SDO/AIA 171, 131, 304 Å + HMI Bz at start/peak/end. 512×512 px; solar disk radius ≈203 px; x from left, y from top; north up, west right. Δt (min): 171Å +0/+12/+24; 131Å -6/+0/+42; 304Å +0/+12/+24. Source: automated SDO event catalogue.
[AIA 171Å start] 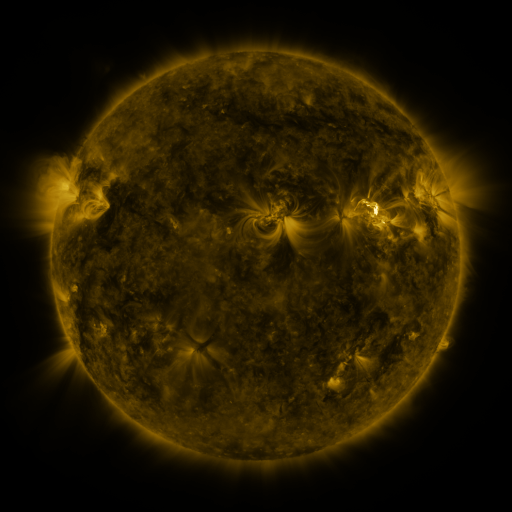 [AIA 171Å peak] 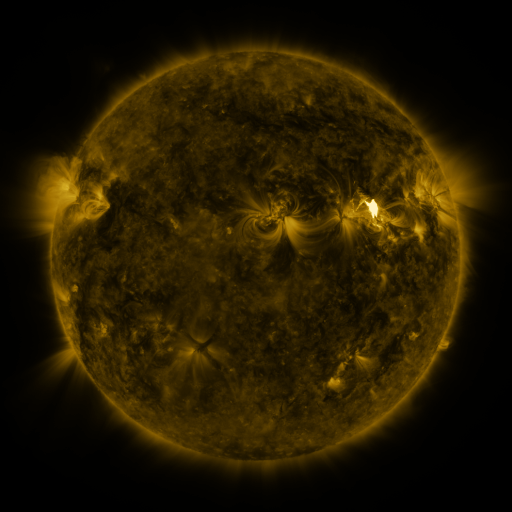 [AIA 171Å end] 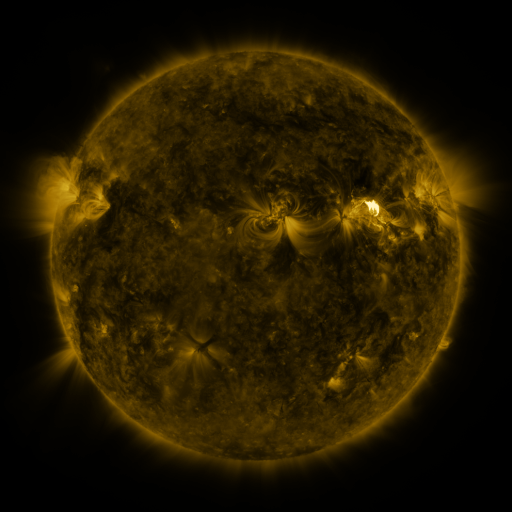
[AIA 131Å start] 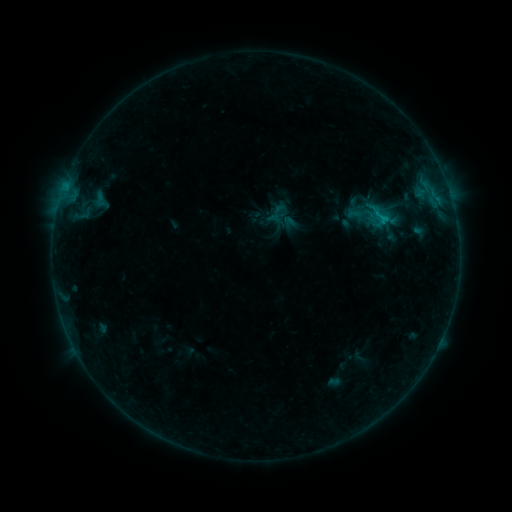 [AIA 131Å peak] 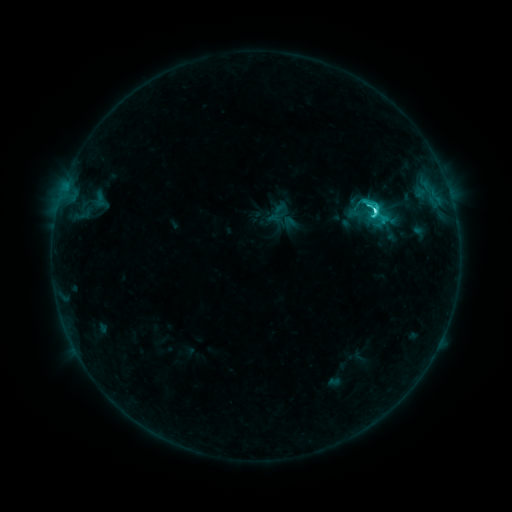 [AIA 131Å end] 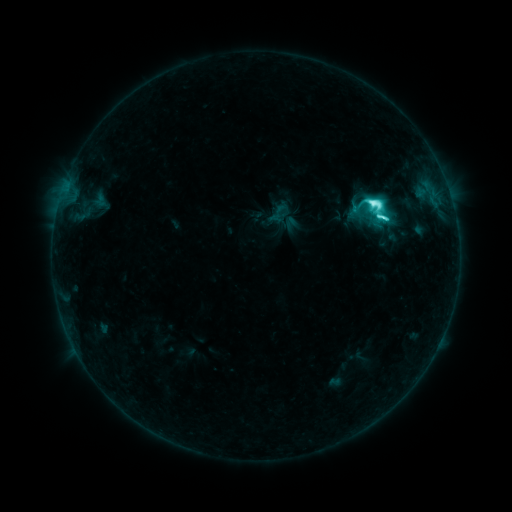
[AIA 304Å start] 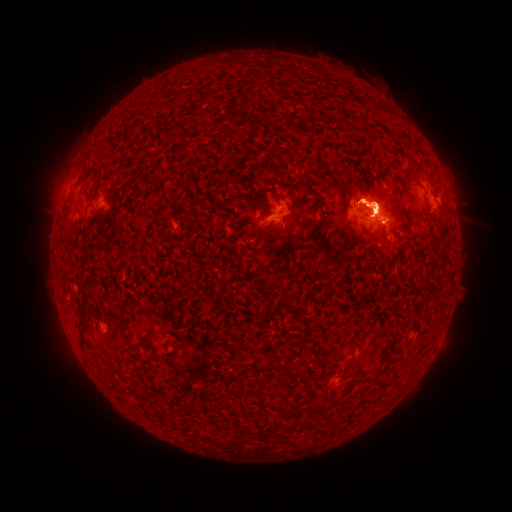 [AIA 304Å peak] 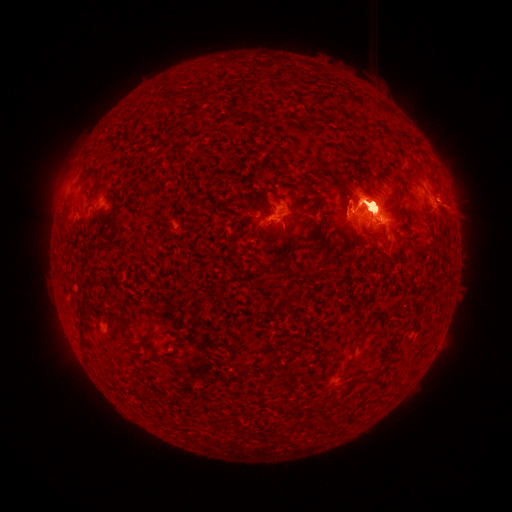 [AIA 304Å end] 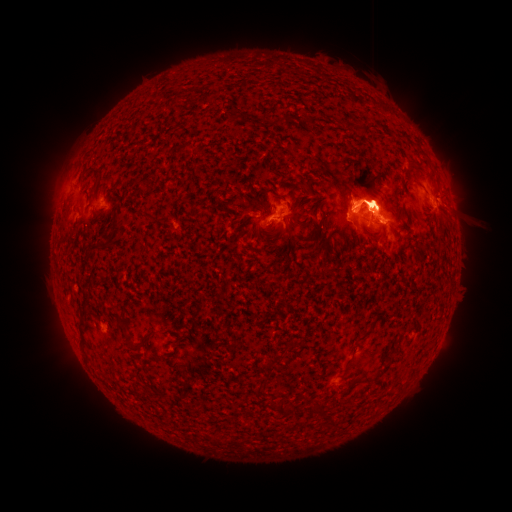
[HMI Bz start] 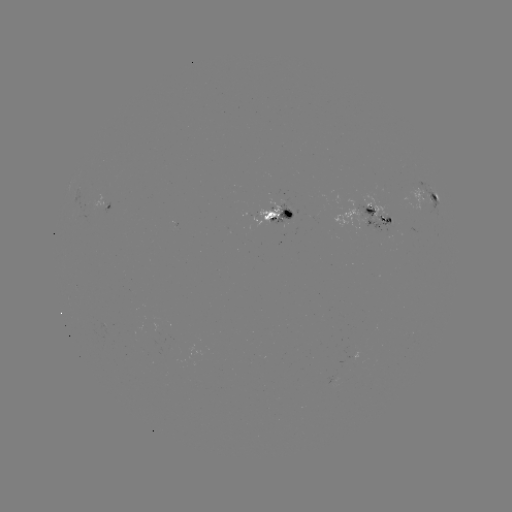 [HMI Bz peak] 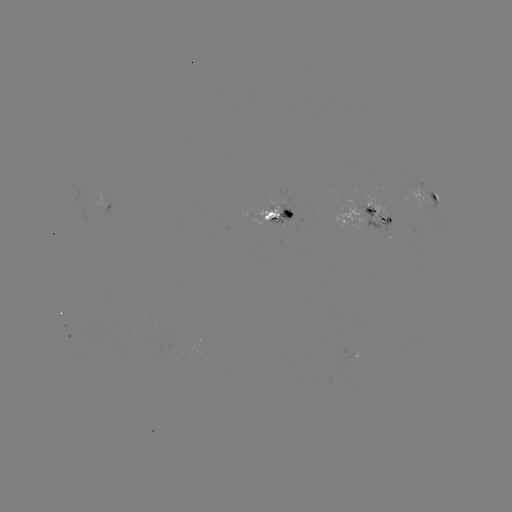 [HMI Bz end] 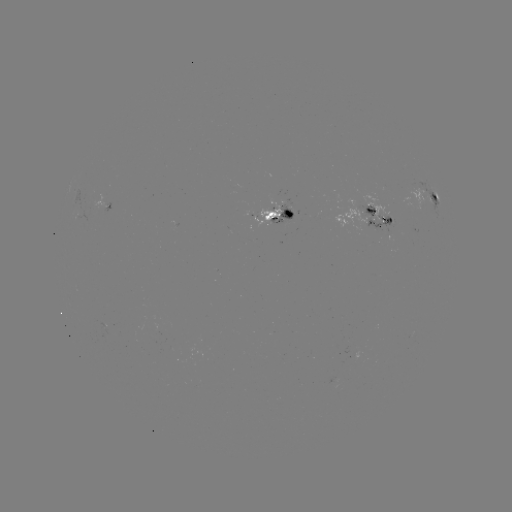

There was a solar eruption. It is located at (58, 192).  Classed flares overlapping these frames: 1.